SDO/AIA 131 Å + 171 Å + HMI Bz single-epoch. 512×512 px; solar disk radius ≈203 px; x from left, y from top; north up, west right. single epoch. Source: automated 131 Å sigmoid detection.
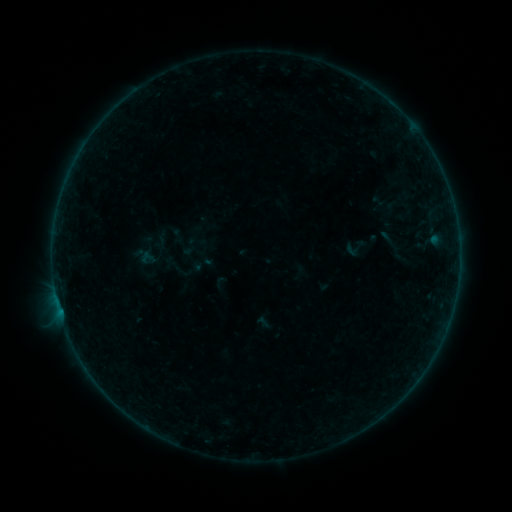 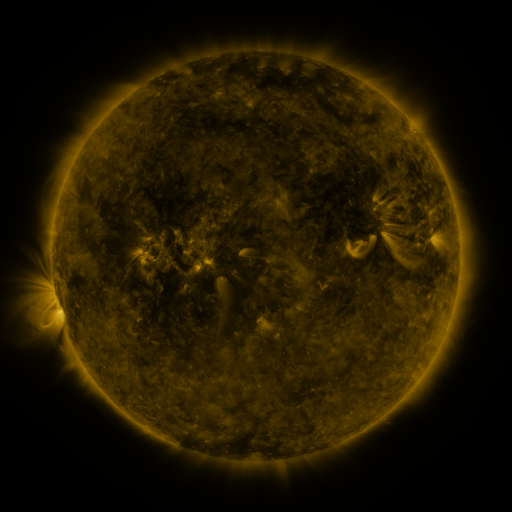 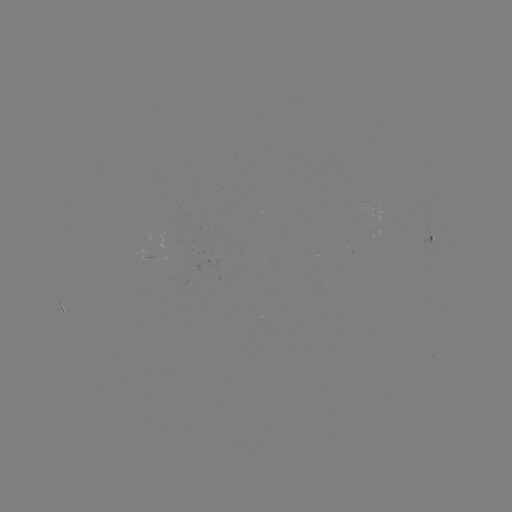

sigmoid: [341, 235, 370, 261]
